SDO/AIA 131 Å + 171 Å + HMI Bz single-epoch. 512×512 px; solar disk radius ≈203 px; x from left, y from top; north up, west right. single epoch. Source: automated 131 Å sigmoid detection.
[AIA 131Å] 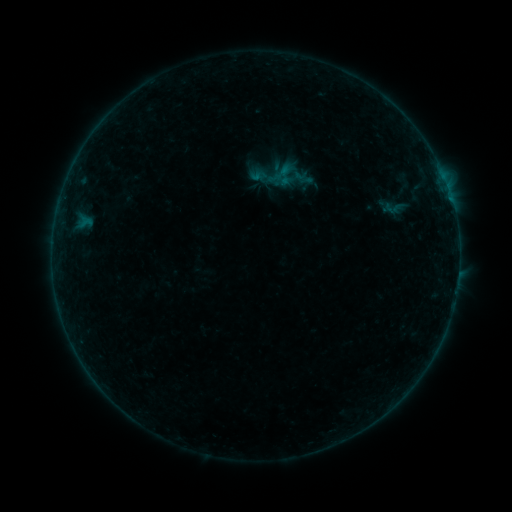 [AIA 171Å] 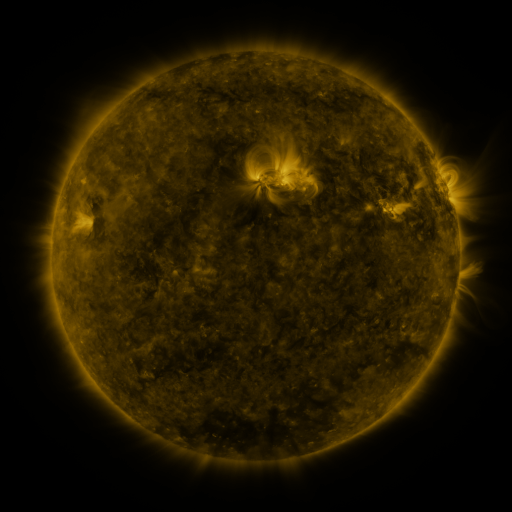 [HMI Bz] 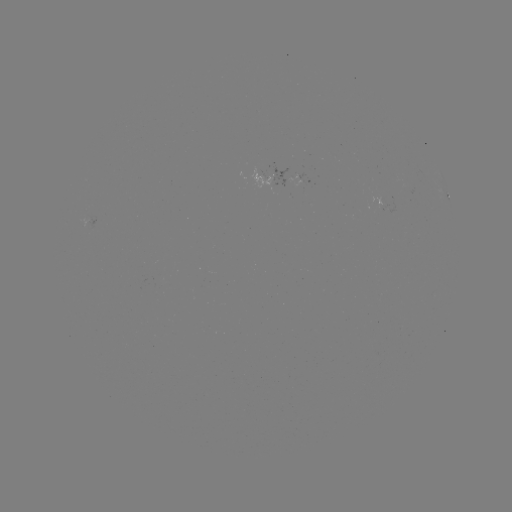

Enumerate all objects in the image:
sigmoid: (394, 208)
